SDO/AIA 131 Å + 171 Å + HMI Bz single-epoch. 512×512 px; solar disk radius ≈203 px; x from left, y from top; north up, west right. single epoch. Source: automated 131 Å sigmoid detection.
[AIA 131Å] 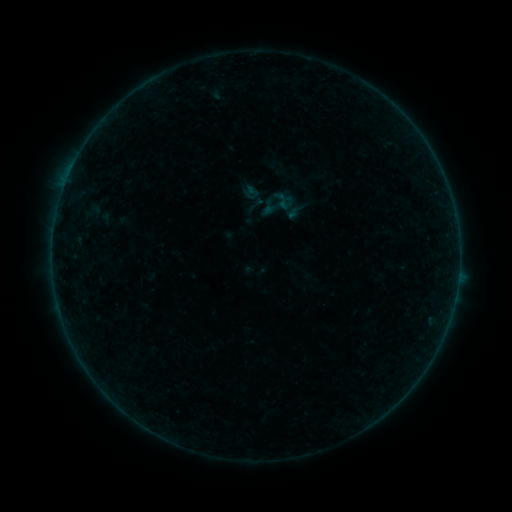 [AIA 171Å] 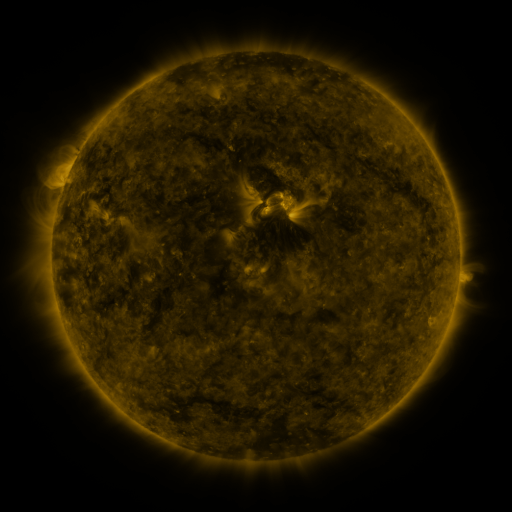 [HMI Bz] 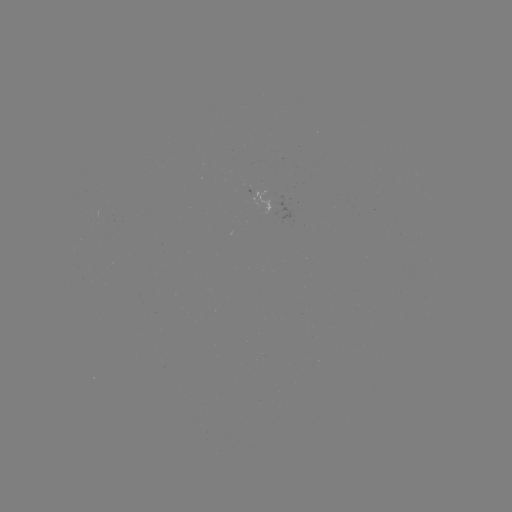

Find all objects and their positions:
sigmoid: <bbox>244, 194, 266, 216</bbox>
